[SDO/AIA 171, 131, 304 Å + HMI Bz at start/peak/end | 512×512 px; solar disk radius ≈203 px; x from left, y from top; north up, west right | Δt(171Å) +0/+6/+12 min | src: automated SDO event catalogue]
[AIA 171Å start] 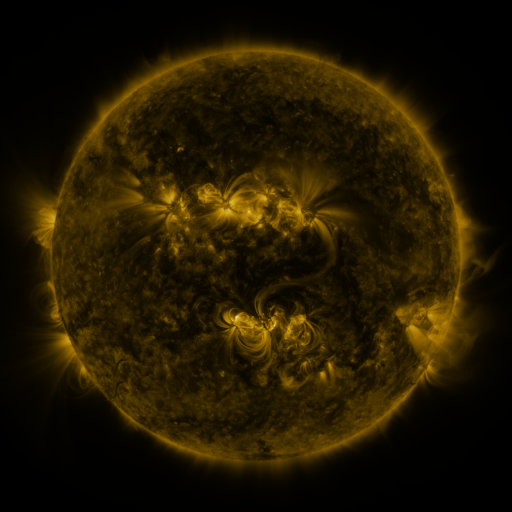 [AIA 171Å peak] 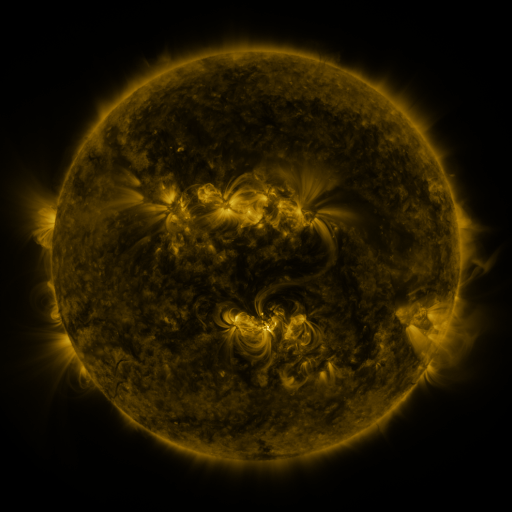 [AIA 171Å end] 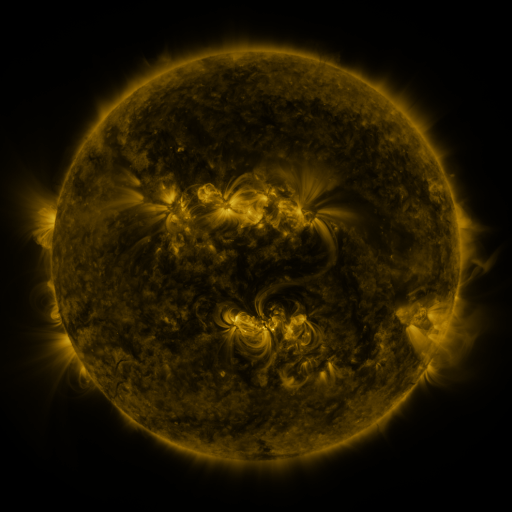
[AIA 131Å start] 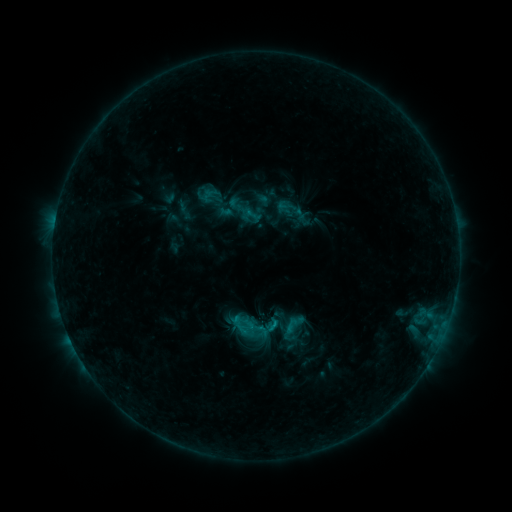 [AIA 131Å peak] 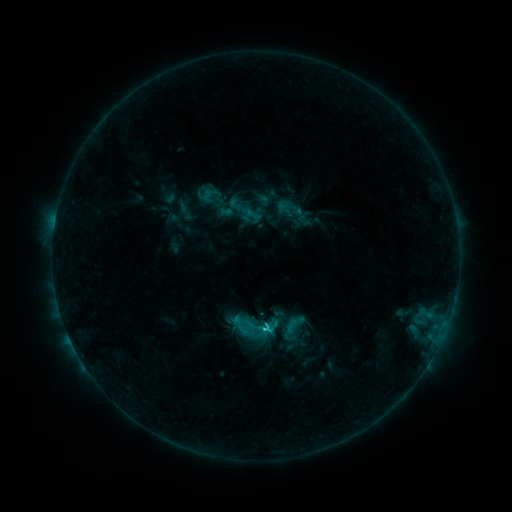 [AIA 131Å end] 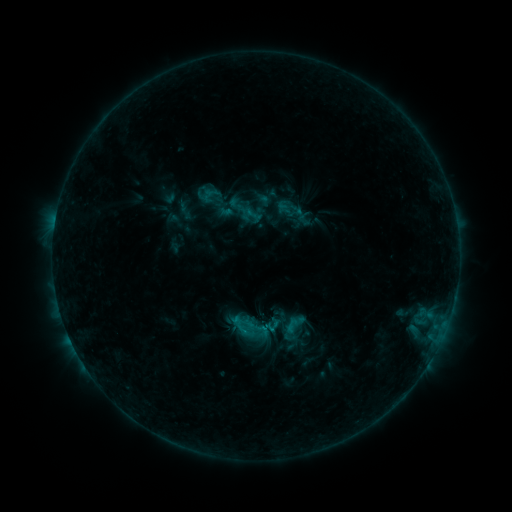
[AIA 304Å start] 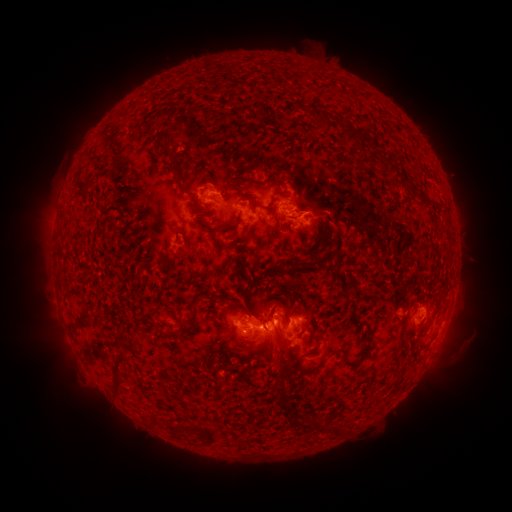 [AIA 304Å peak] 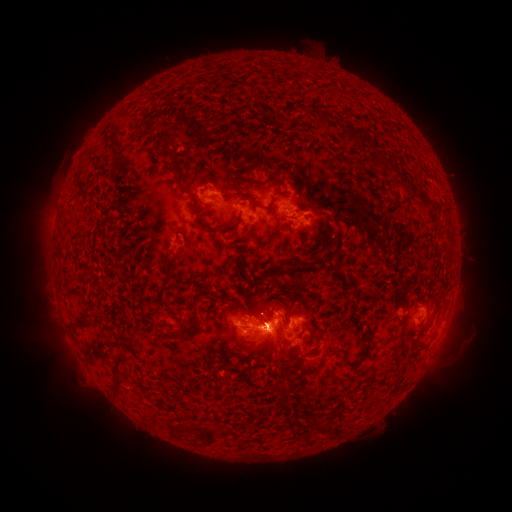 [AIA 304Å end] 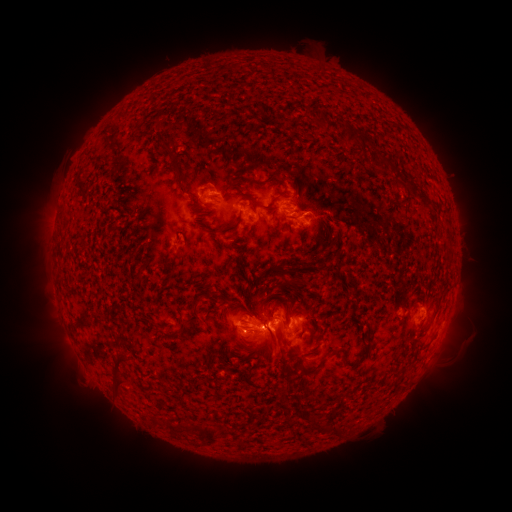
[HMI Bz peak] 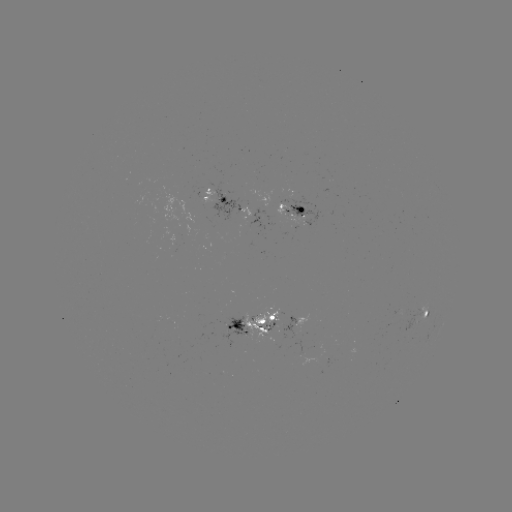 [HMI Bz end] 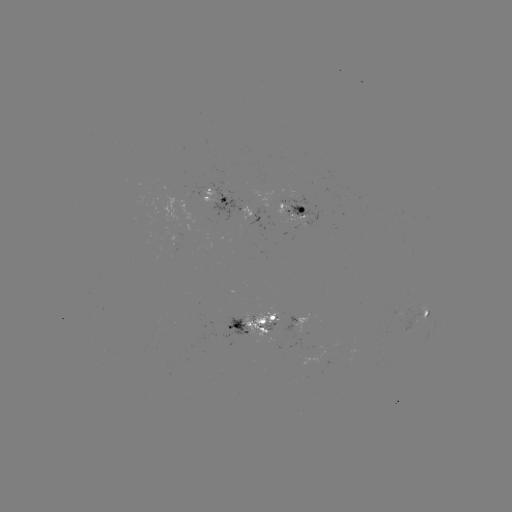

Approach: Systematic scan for C2.4 flare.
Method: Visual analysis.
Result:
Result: C2.4 flare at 273,322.